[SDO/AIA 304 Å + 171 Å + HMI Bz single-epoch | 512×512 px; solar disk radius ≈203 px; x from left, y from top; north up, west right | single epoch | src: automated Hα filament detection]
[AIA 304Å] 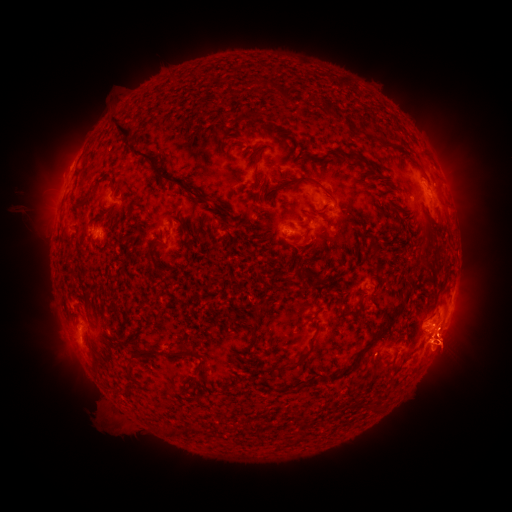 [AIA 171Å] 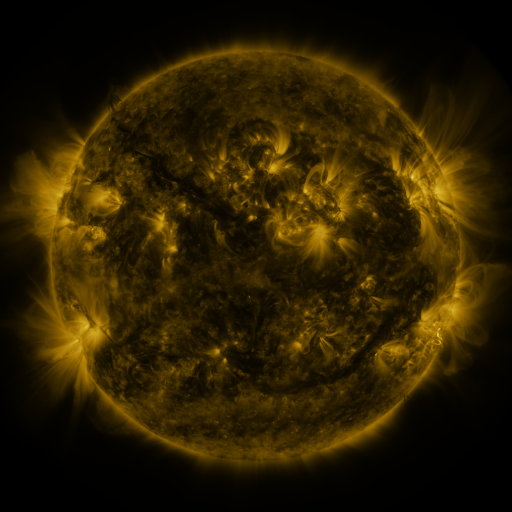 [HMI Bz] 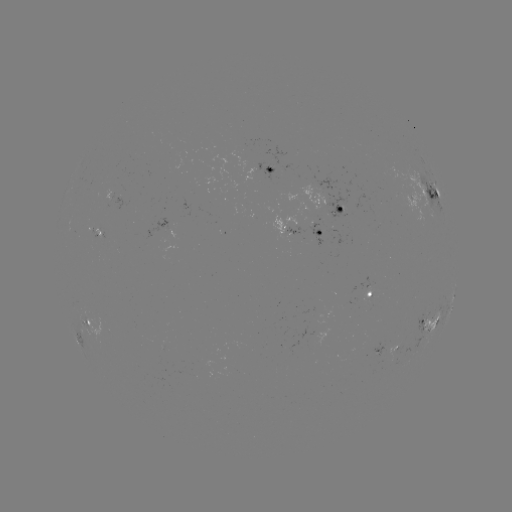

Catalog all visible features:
filament: (114, 120, 134, 137)
filament: (132, 146, 207, 202)
filament: (325, 149, 333, 158)
filament: (346, 153, 360, 160)
filament: (253, 165, 259, 189)
filament: (273, 176, 333, 198)
filament: (433, 189, 440, 201)
filament: (319, 204, 328, 213)
filament: (370, 244, 379, 254)
filament: (358, 340, 376, 359)
filament: (125, 345, 157, 364)
filament: (298, 347, 311, 363)
filament: (272, 364, 292, 371)
